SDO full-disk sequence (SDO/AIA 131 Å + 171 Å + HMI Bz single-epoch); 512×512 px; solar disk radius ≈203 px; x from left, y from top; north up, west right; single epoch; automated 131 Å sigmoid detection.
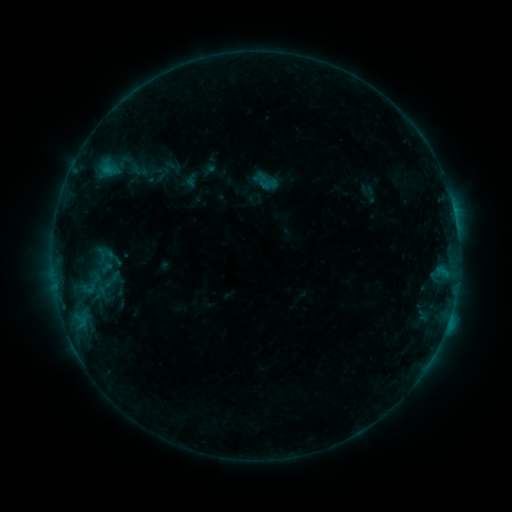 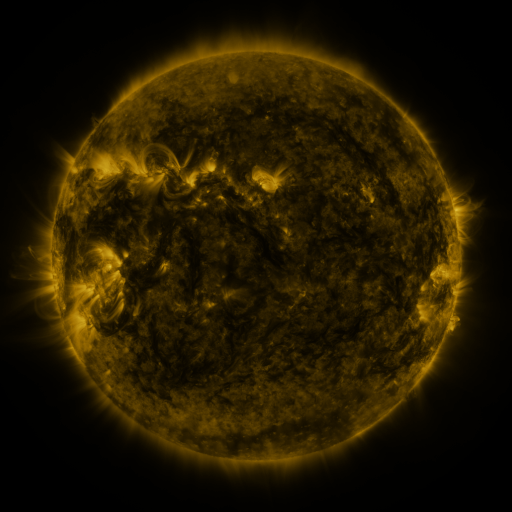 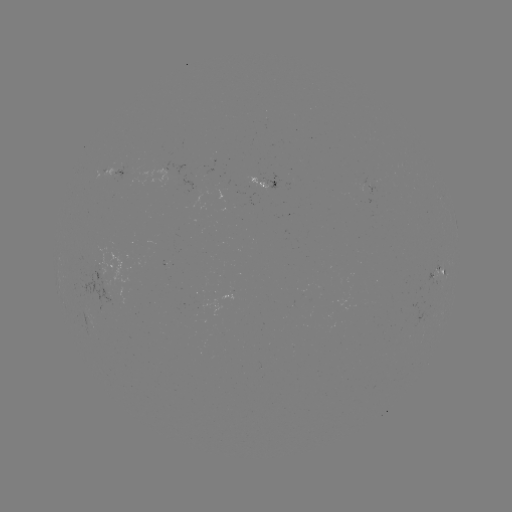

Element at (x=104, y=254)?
sigmoid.